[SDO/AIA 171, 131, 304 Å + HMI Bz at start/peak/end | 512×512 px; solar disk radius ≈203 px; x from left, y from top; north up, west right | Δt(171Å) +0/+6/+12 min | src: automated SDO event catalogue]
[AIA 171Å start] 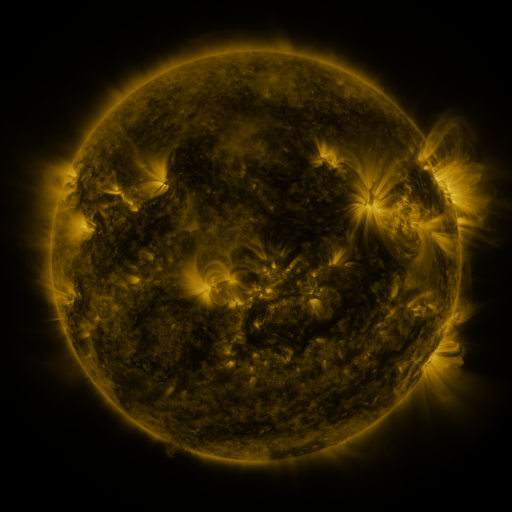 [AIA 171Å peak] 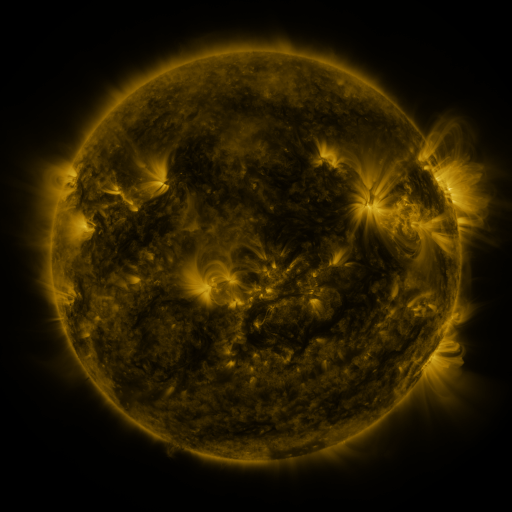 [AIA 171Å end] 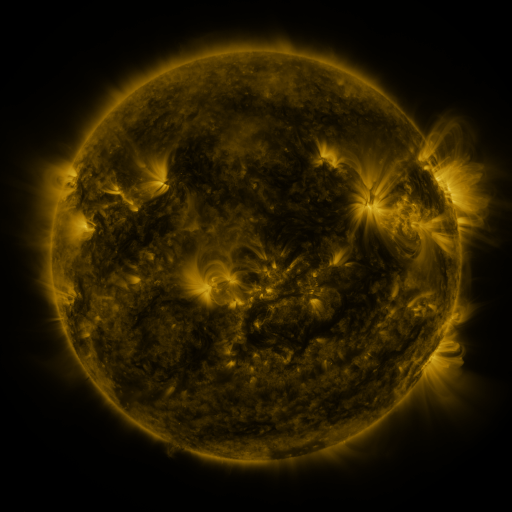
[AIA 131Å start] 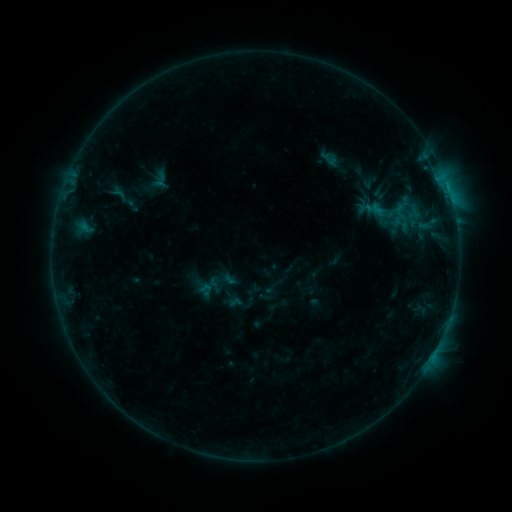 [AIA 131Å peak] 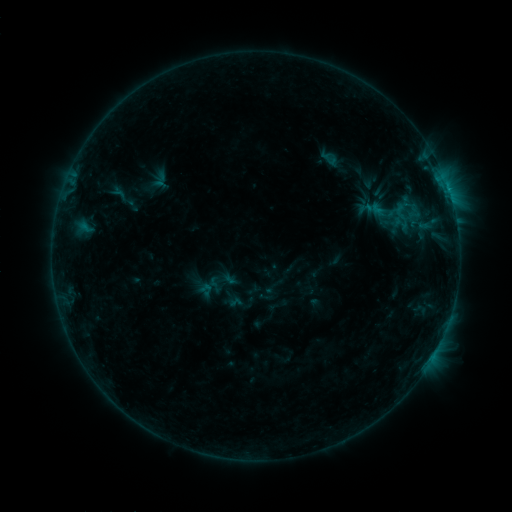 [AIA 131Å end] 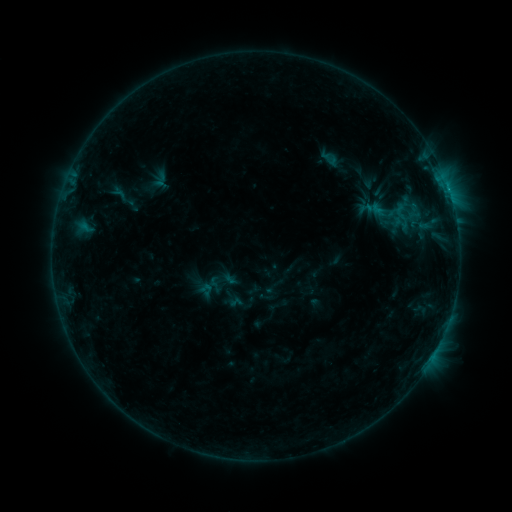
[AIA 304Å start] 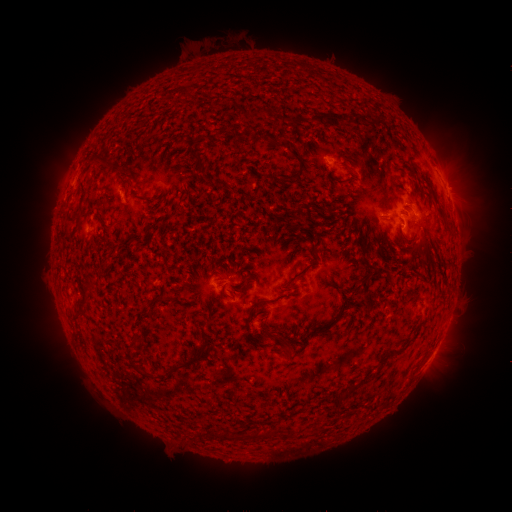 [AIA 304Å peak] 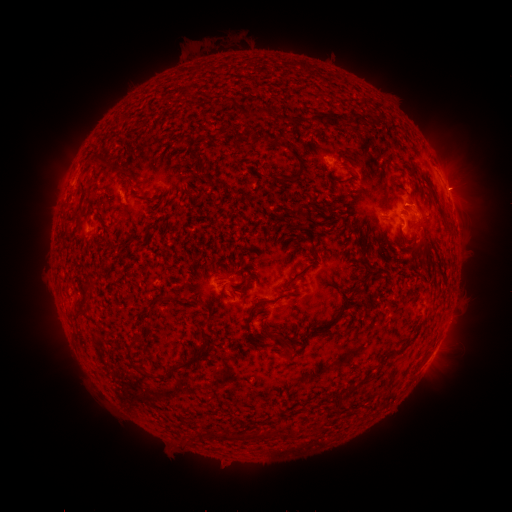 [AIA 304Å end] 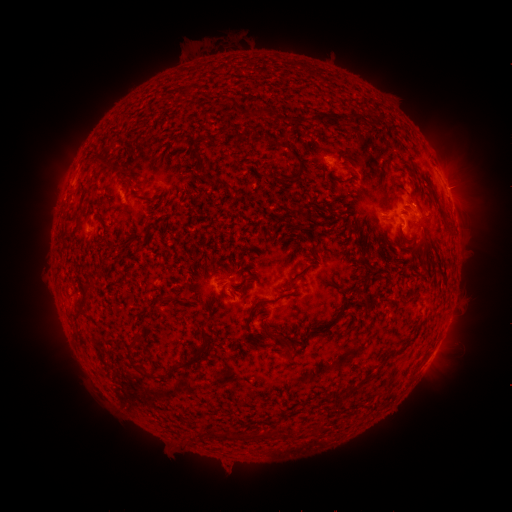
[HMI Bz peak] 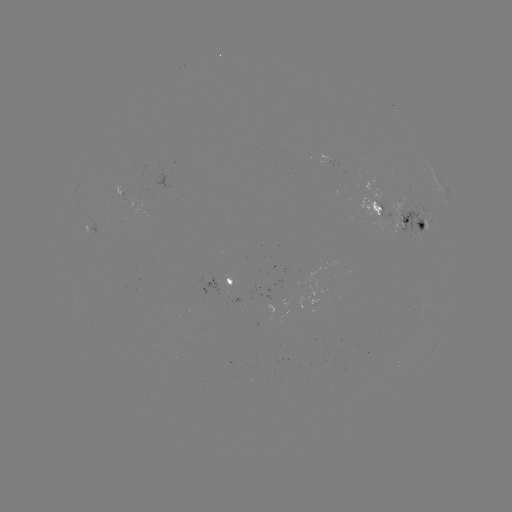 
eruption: [436, 160, 490, 210]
